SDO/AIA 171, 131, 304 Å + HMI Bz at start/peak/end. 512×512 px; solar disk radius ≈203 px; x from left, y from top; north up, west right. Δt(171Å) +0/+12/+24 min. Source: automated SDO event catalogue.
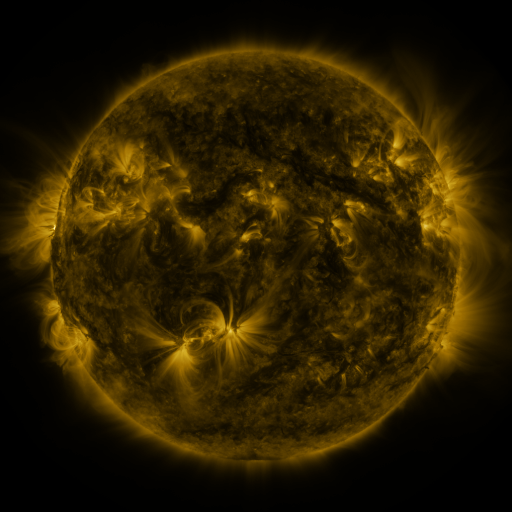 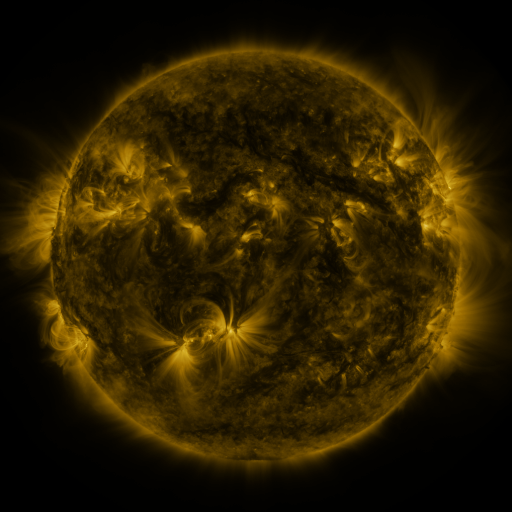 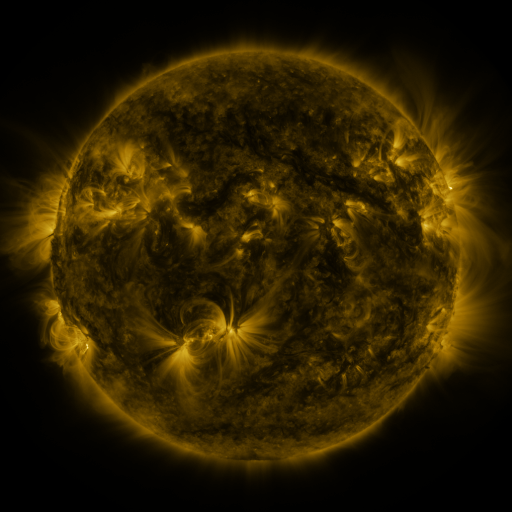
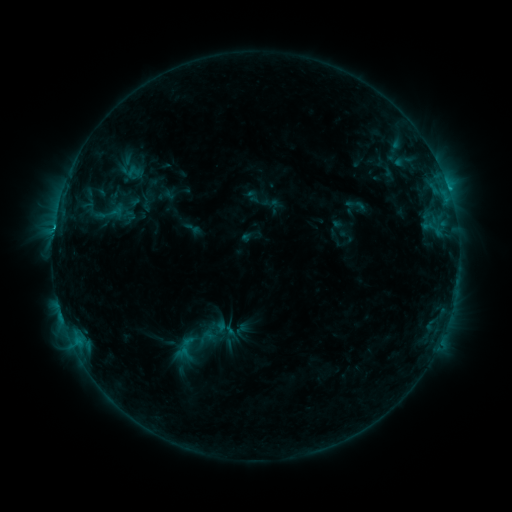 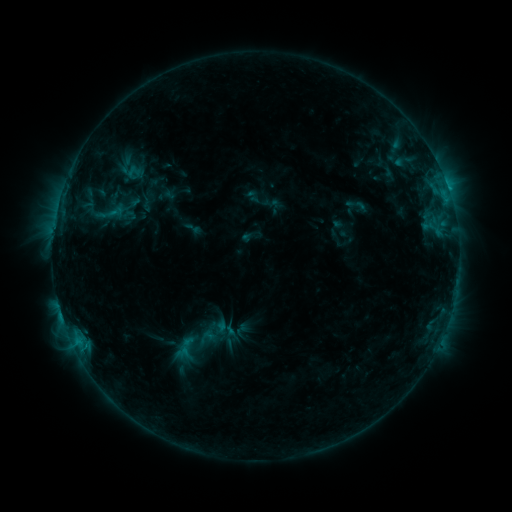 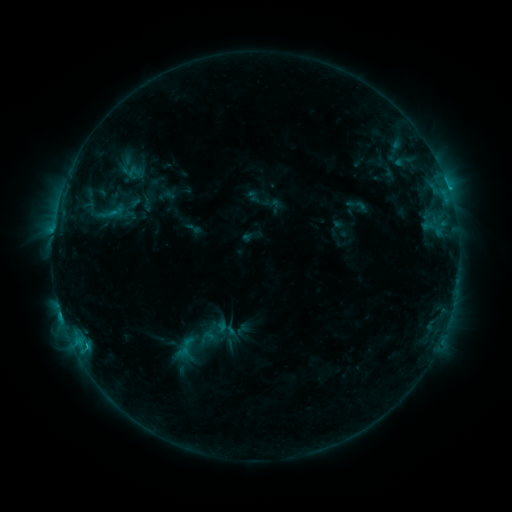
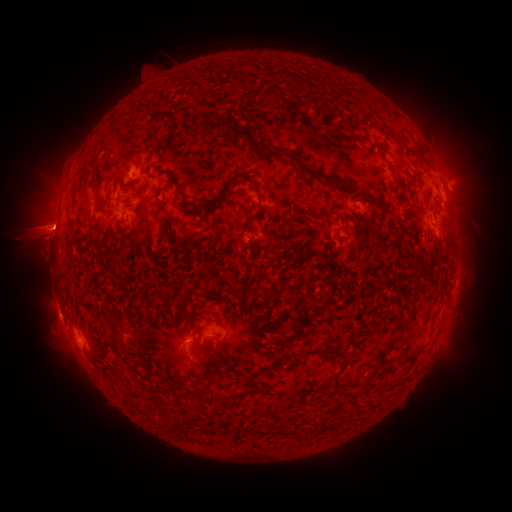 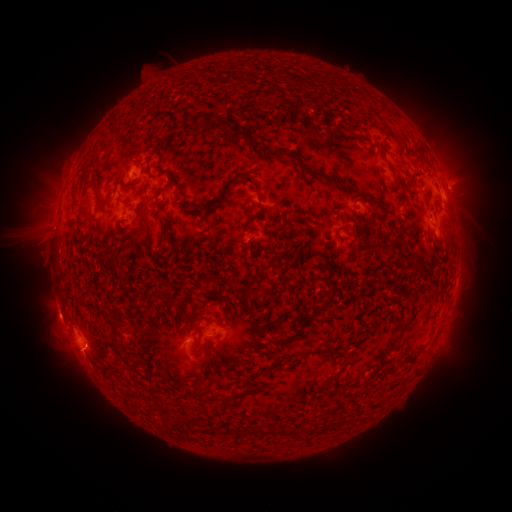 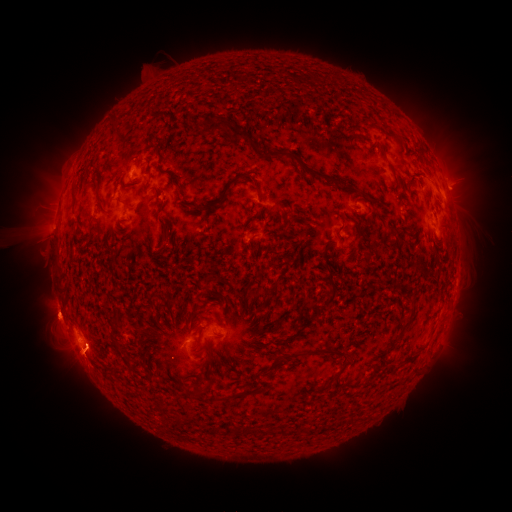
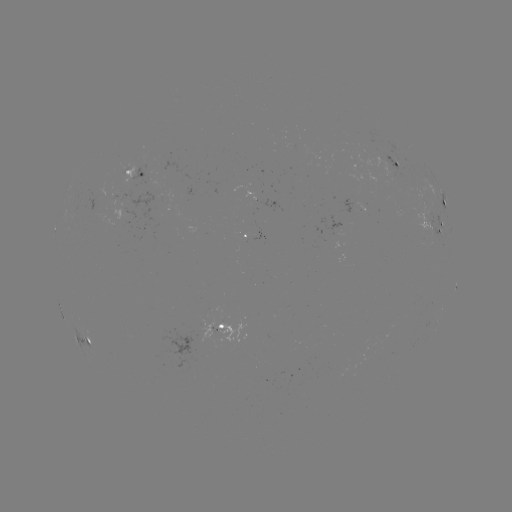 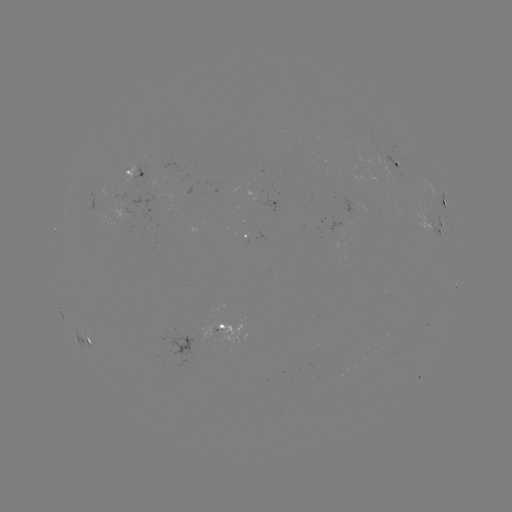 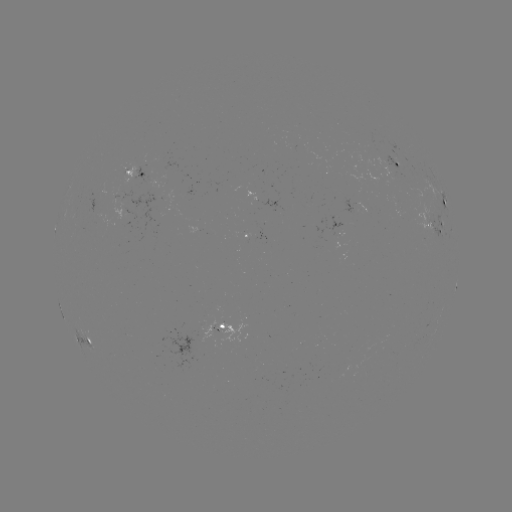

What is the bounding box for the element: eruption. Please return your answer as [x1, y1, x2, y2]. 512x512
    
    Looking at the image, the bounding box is [309, 337, 342, 359].